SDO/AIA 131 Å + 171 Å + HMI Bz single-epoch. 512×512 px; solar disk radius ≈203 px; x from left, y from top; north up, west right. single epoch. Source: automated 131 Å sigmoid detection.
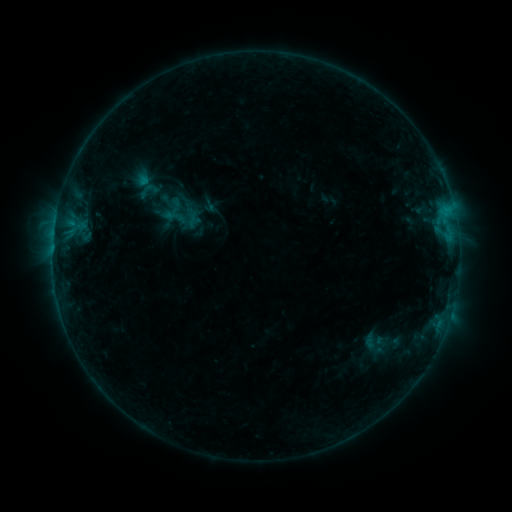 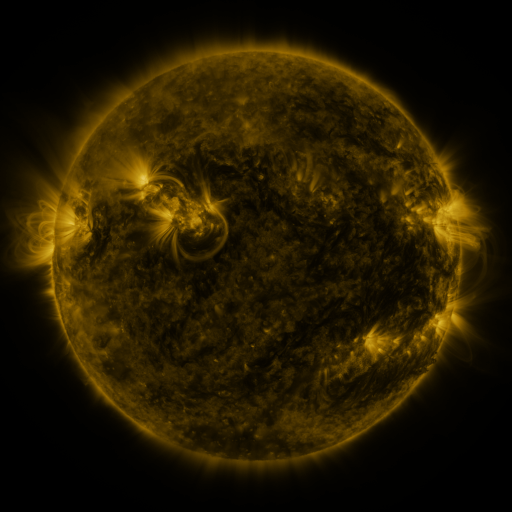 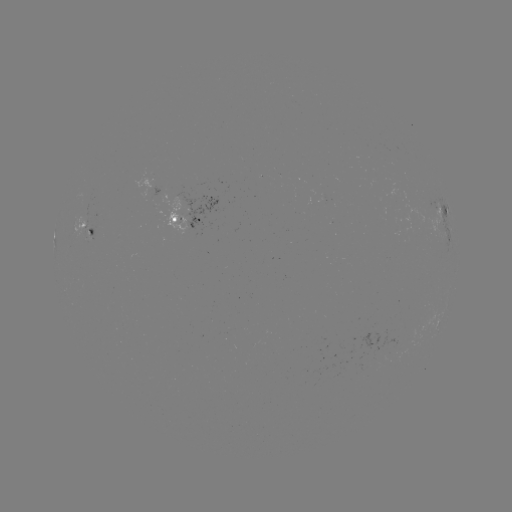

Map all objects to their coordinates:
sigmoid: (209, 206)
